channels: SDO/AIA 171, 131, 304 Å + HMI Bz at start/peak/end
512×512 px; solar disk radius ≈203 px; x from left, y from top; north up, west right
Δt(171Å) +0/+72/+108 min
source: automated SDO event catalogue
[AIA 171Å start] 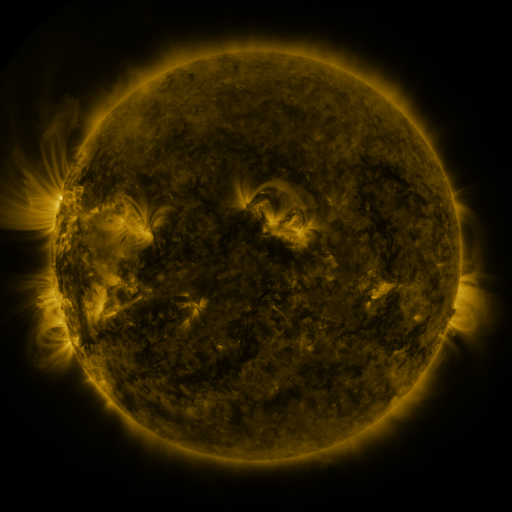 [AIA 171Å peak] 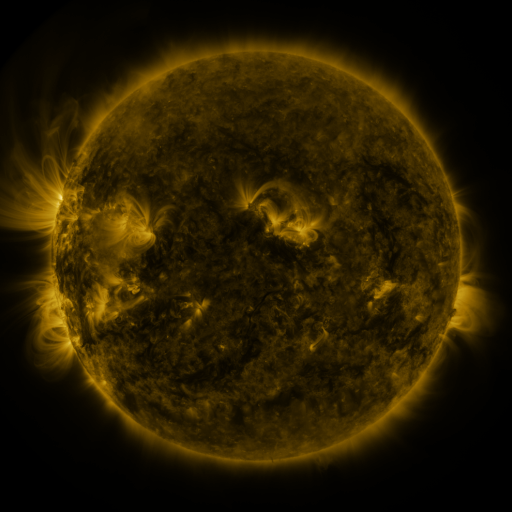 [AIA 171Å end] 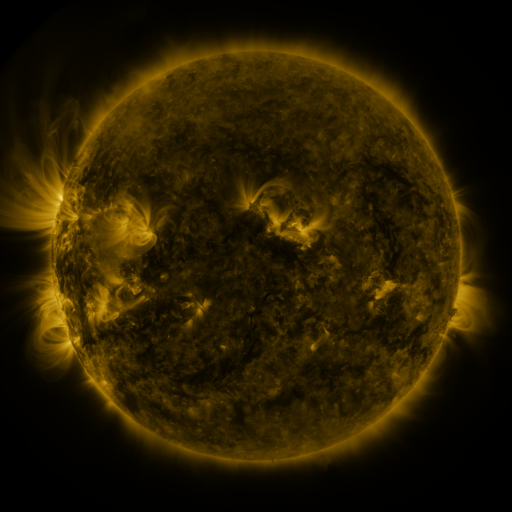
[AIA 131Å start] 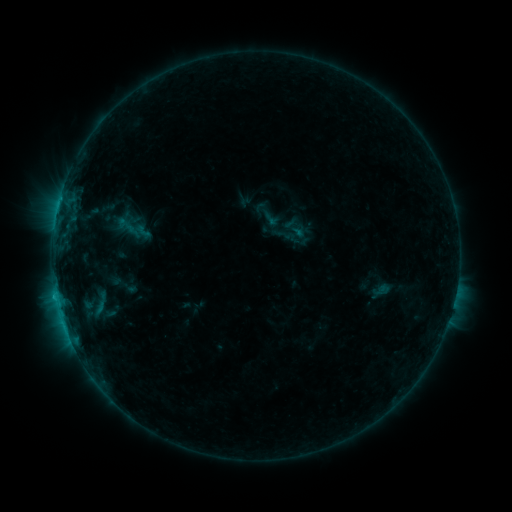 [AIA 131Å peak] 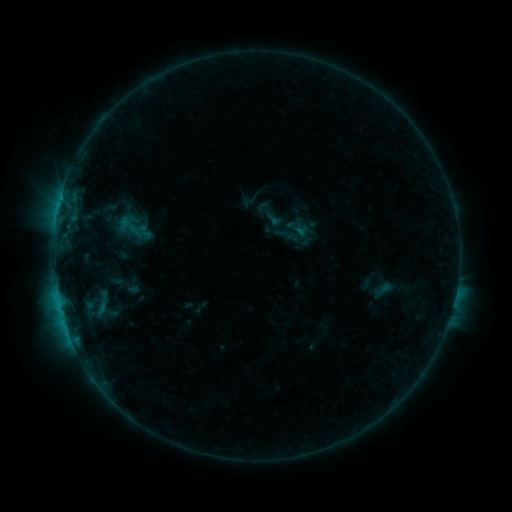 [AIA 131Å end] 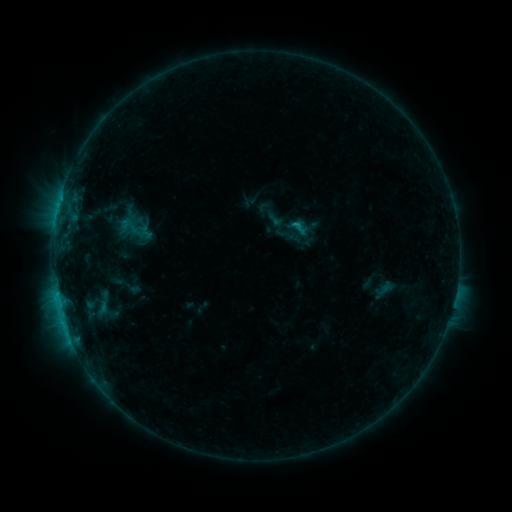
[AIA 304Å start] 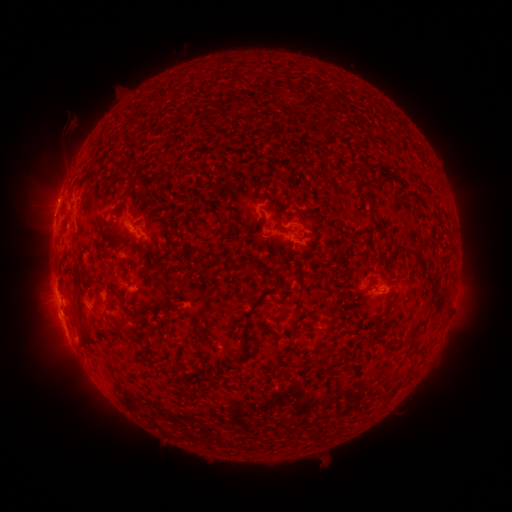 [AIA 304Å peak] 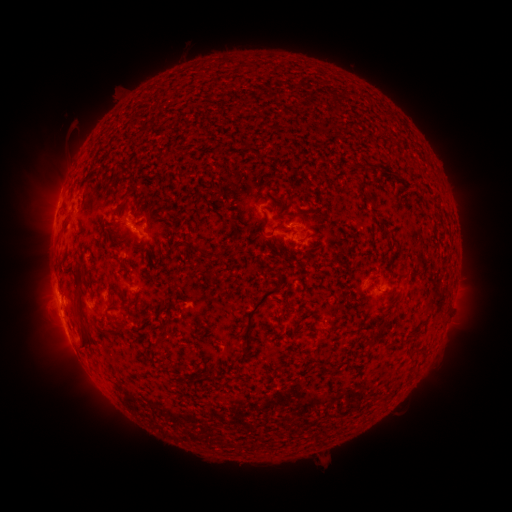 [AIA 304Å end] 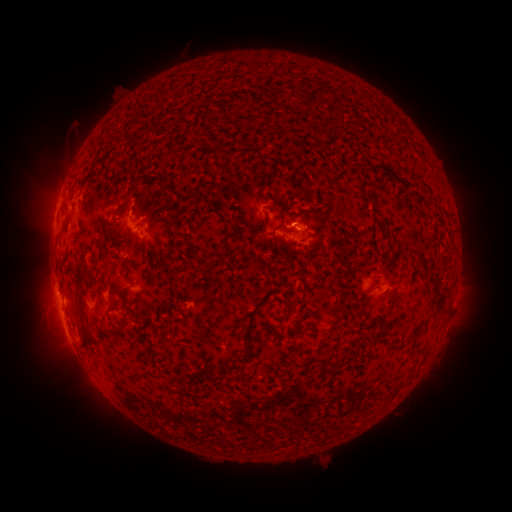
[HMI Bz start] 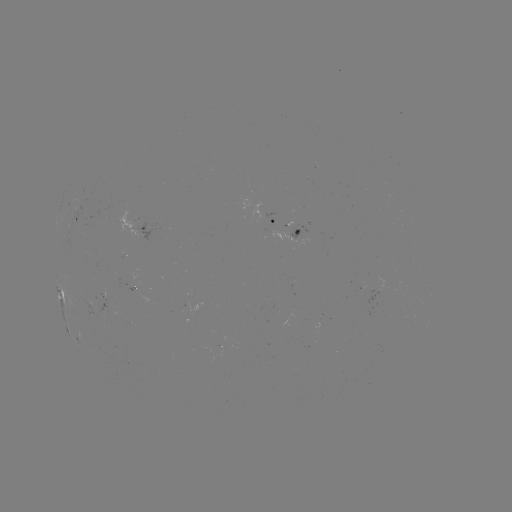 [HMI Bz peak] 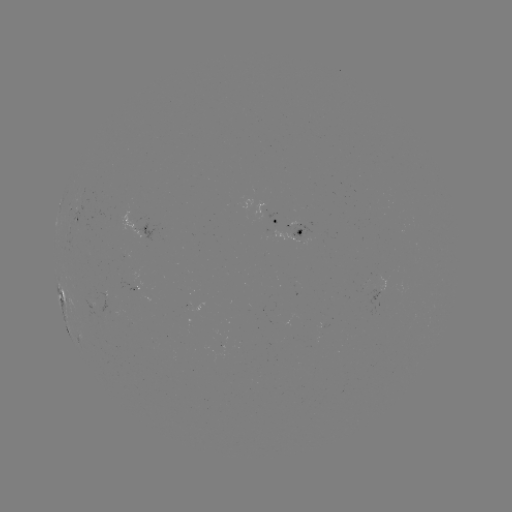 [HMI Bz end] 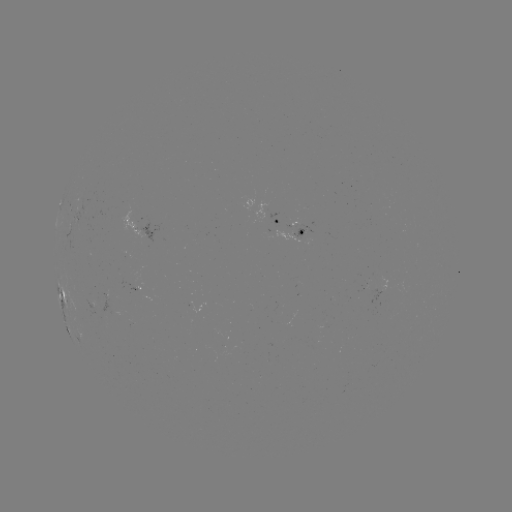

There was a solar emerging-flux region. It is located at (93, 304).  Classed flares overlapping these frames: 1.